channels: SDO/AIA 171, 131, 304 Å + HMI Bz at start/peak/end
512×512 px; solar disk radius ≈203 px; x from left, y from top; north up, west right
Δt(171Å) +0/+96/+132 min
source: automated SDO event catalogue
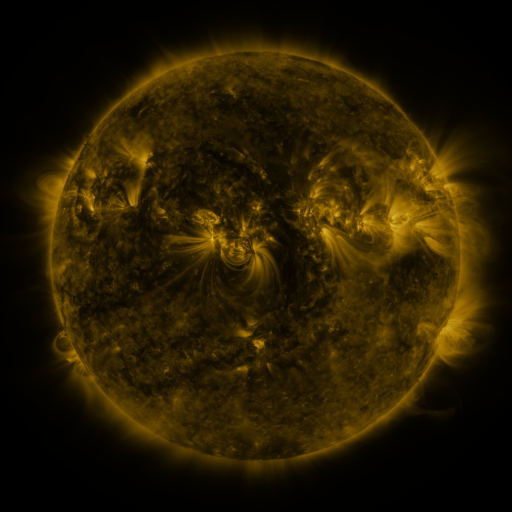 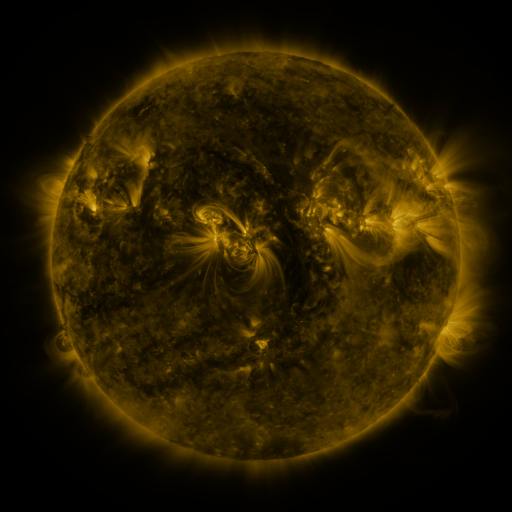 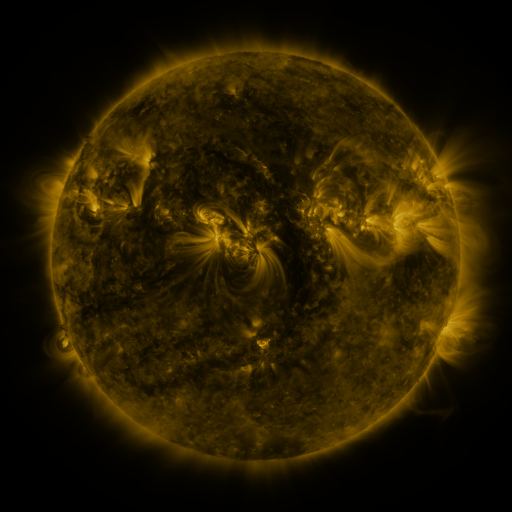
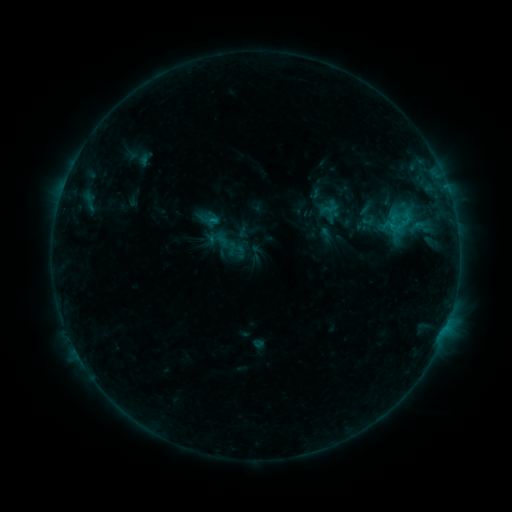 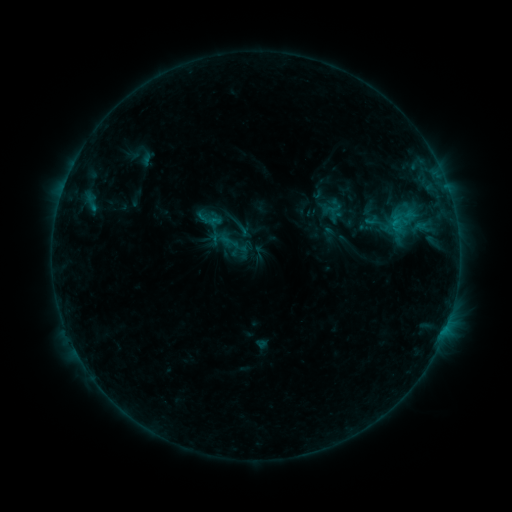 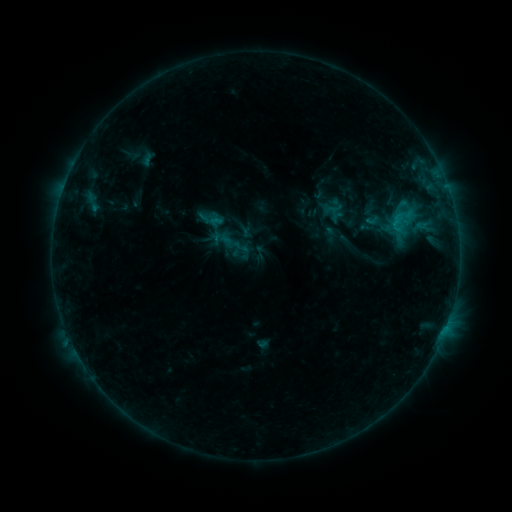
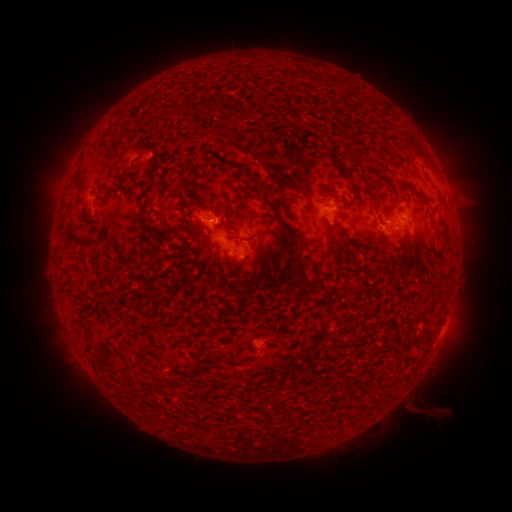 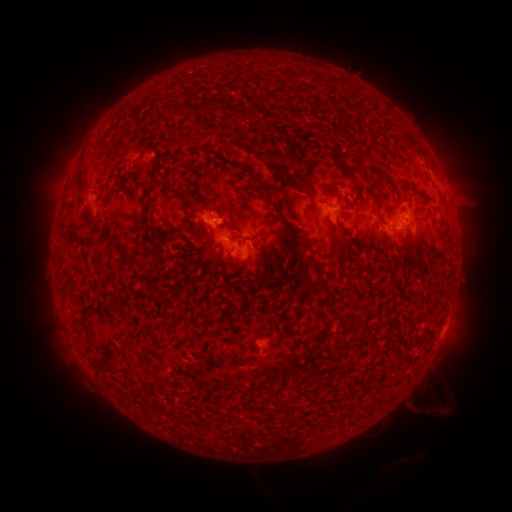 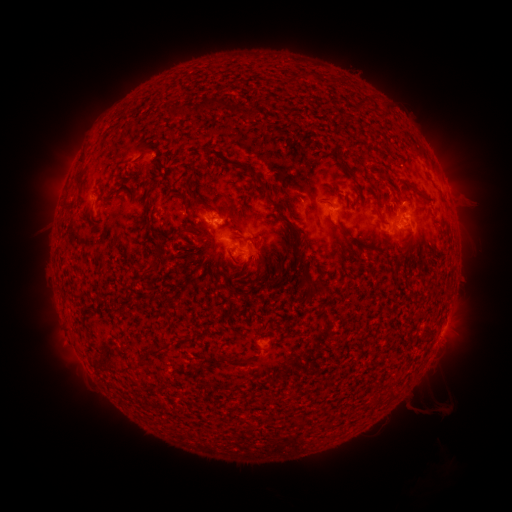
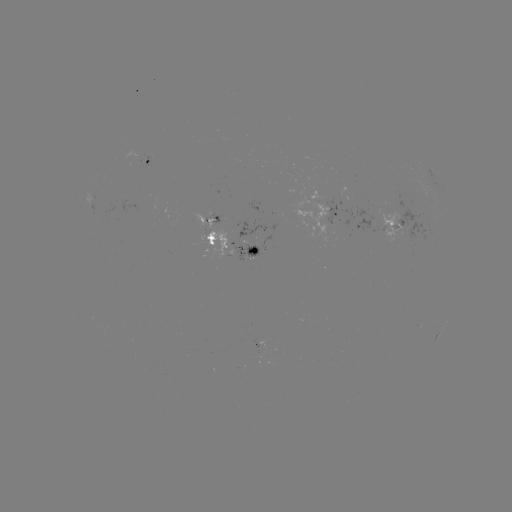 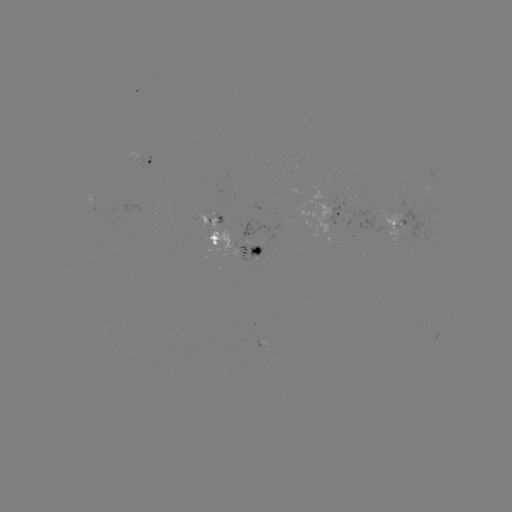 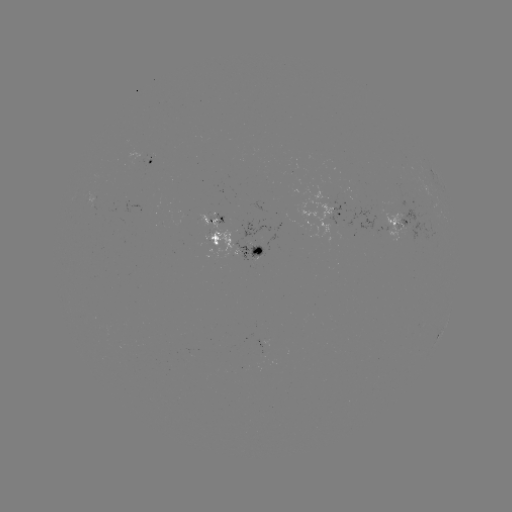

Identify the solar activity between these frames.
emerging-flux region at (92, 198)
